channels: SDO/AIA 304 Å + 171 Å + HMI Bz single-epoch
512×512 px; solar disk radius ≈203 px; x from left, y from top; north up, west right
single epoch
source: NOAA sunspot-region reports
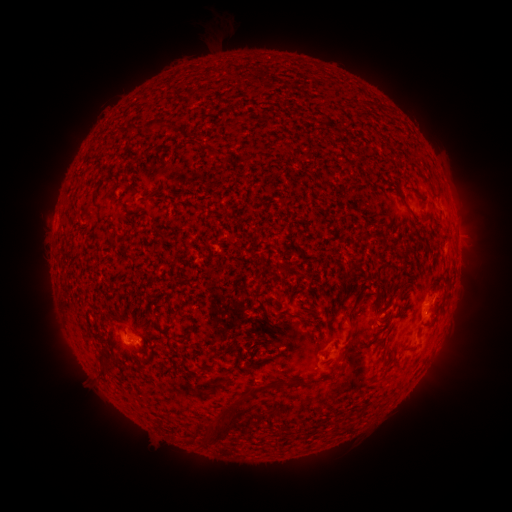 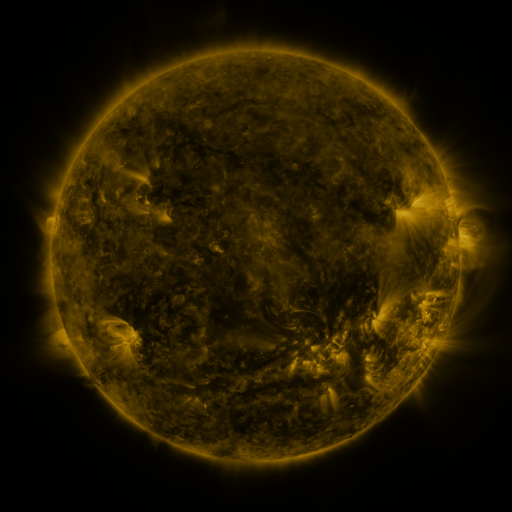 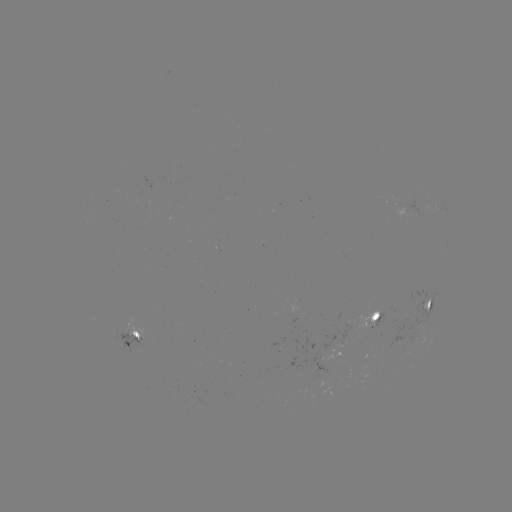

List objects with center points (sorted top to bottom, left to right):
spotted active region: (429, 302)
spotted active region: (378, 315)
spotted active region: (134, 335)
spotted active region: (338, 351)
